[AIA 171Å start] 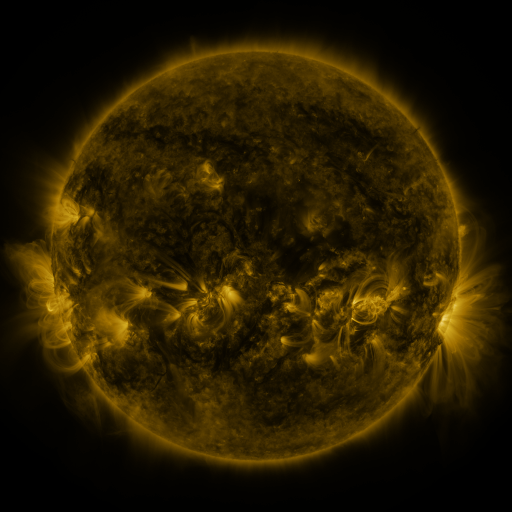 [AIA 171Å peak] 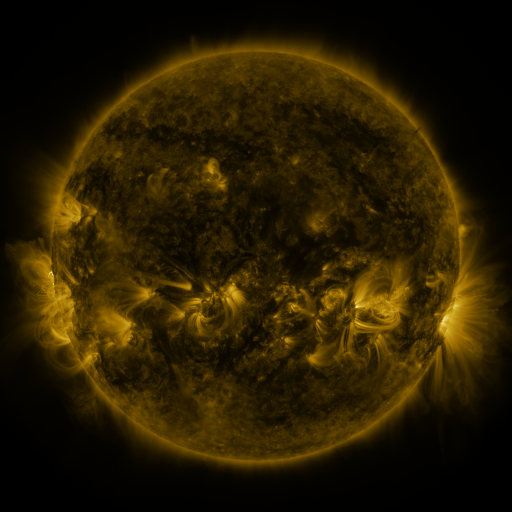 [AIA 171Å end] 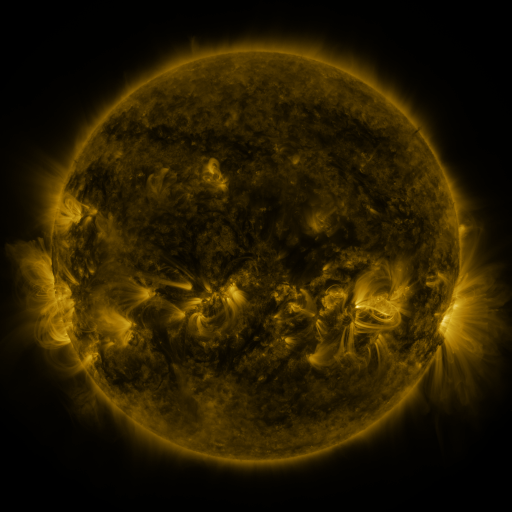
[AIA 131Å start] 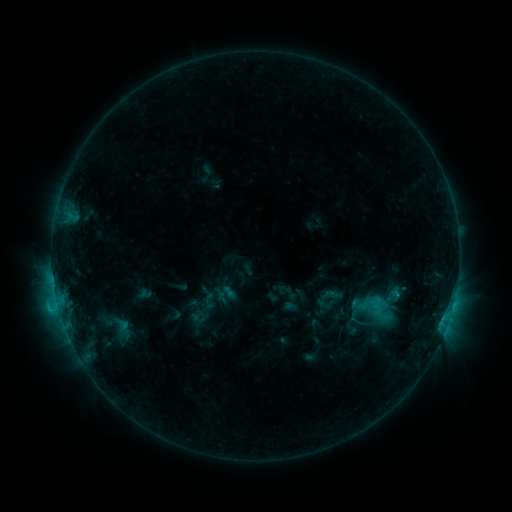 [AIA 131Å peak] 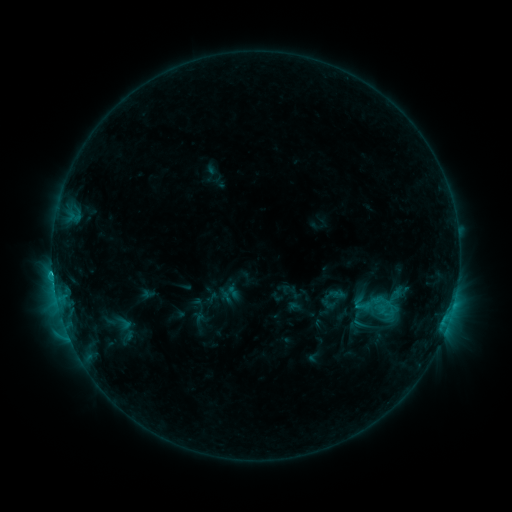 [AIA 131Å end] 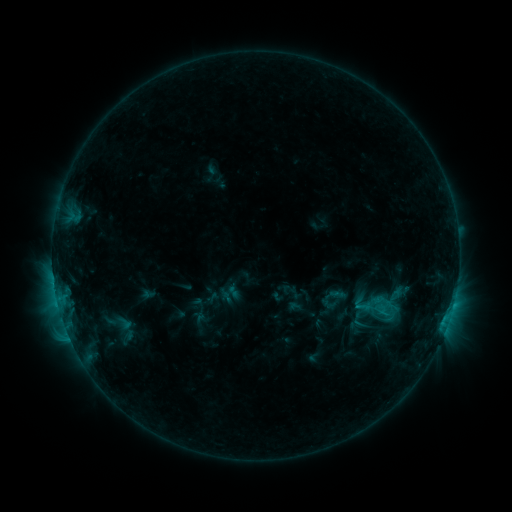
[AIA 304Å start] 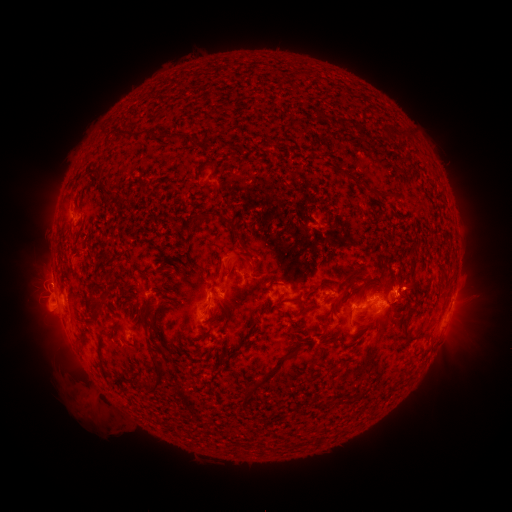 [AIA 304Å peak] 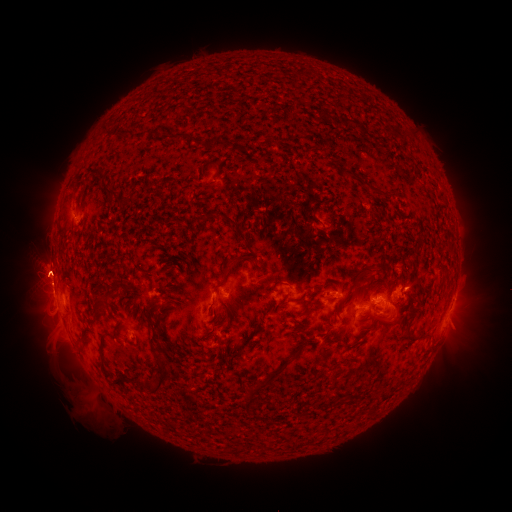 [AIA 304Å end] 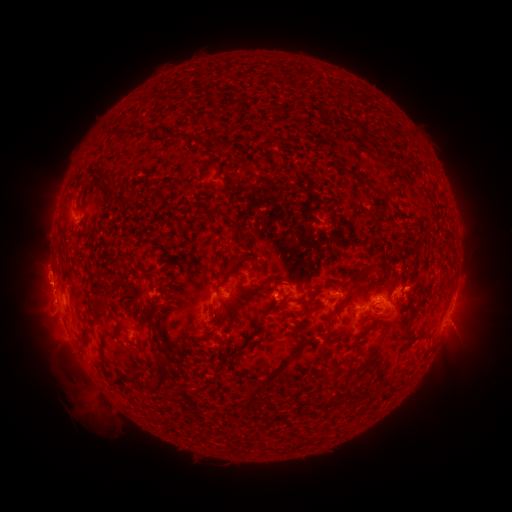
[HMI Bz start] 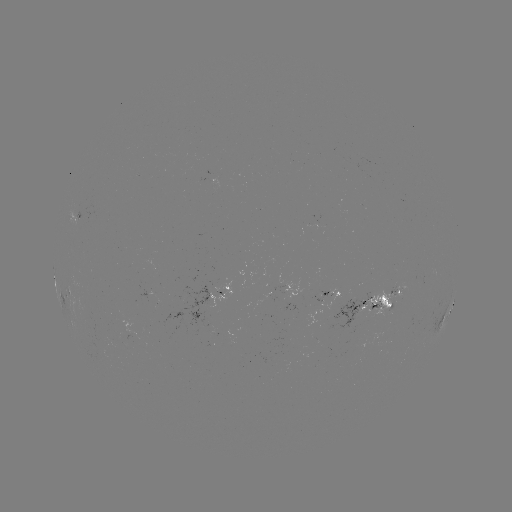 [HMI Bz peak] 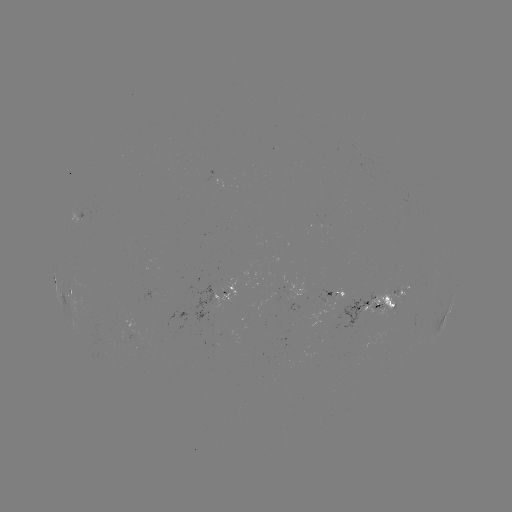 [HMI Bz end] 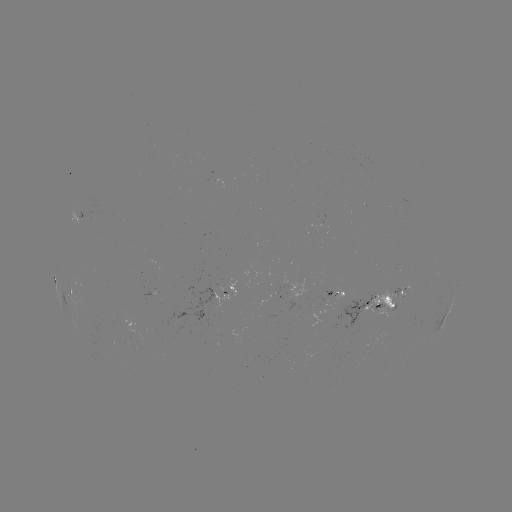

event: emerging-flux region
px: (394, 297)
